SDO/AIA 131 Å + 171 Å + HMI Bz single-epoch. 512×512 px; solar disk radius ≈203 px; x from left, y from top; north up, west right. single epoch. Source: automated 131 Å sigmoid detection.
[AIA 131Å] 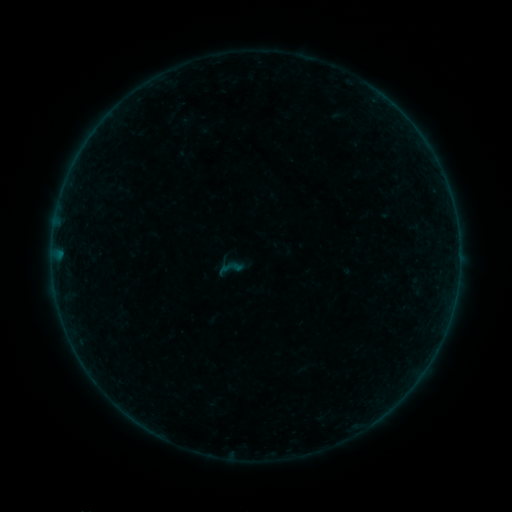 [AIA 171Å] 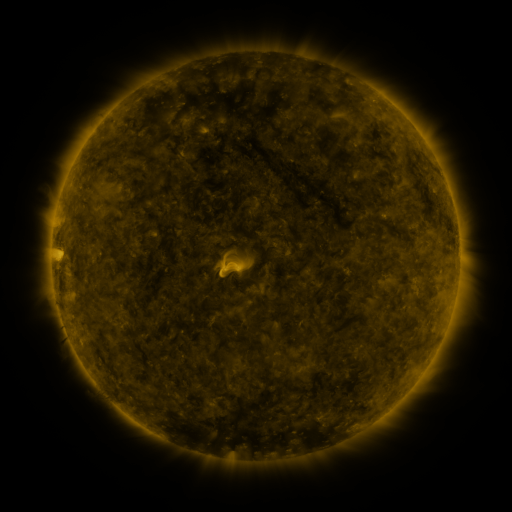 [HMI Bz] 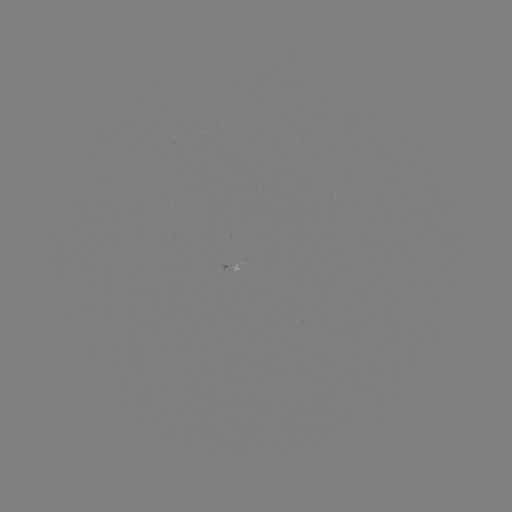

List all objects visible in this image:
sigmoid: <bbox>215, 255, 243, 282</bbox>
